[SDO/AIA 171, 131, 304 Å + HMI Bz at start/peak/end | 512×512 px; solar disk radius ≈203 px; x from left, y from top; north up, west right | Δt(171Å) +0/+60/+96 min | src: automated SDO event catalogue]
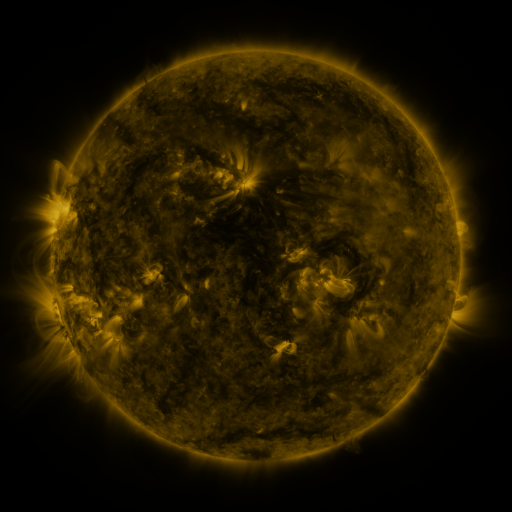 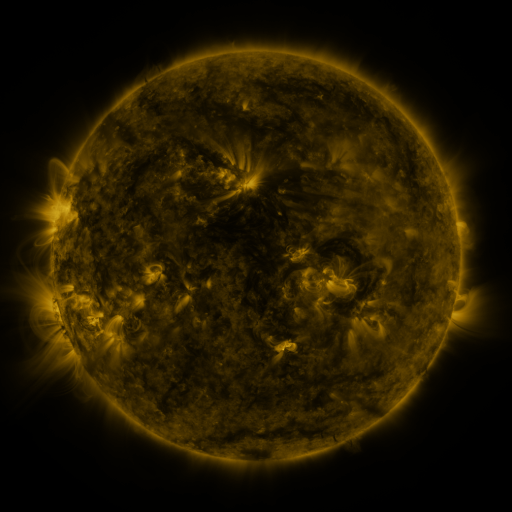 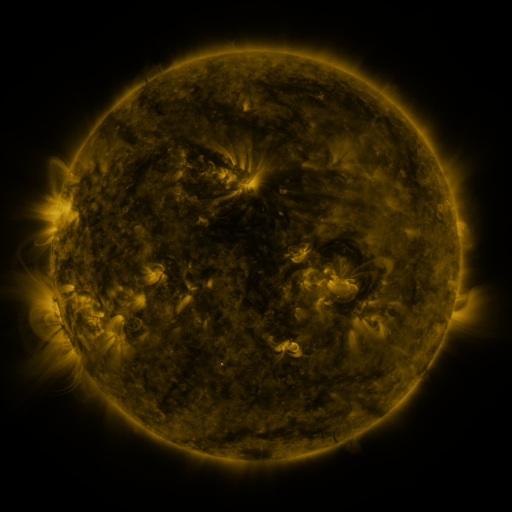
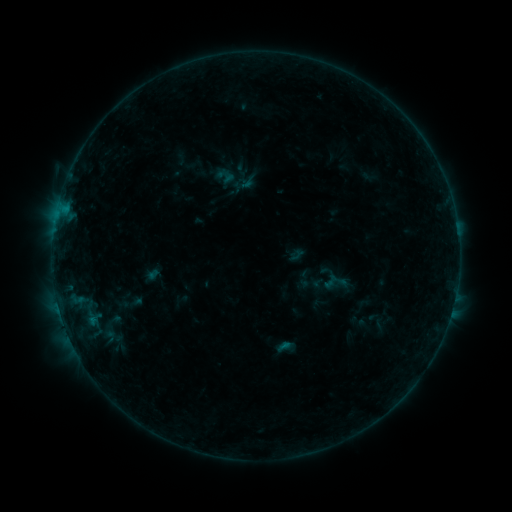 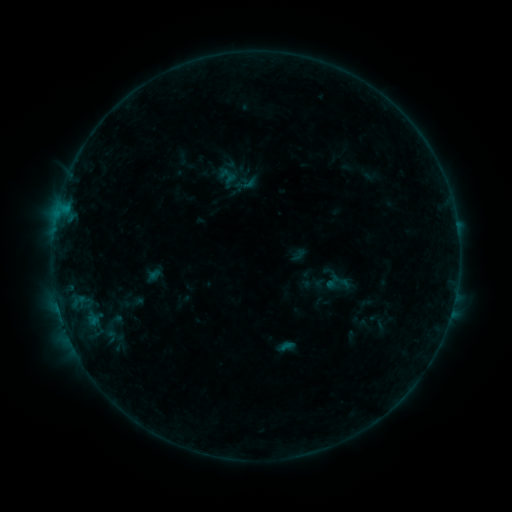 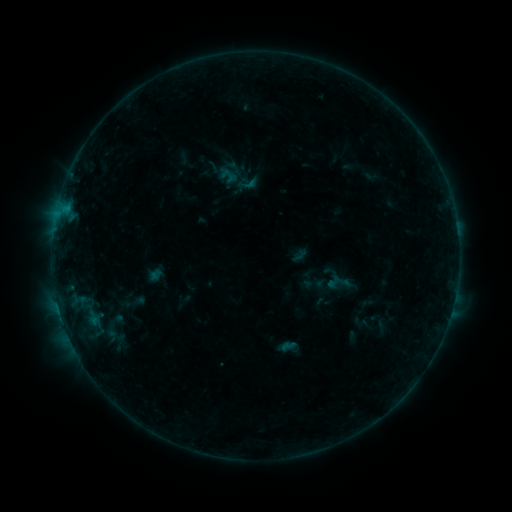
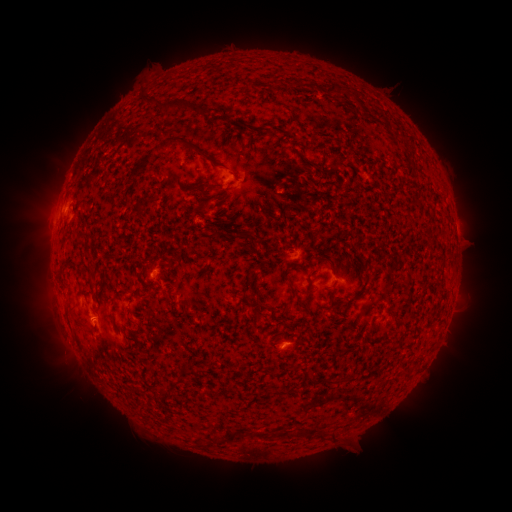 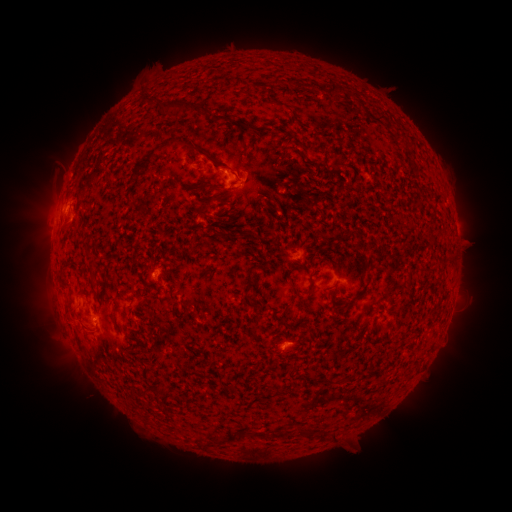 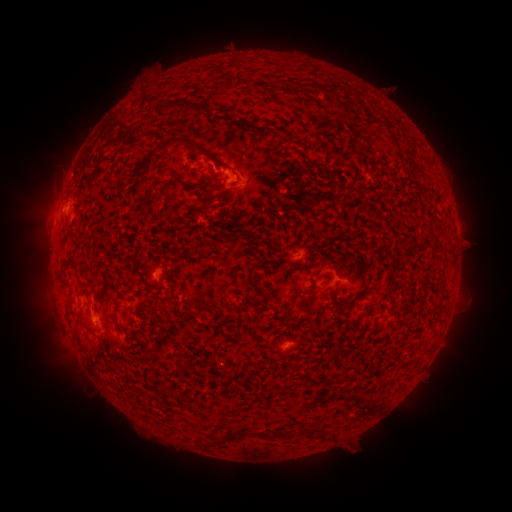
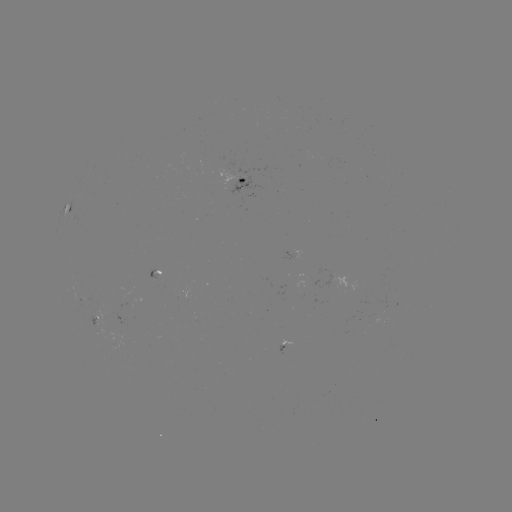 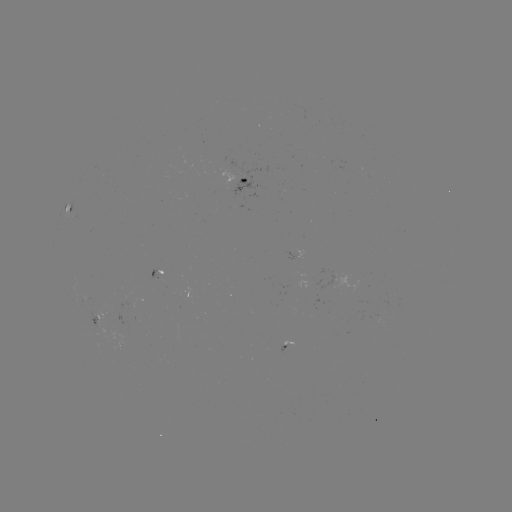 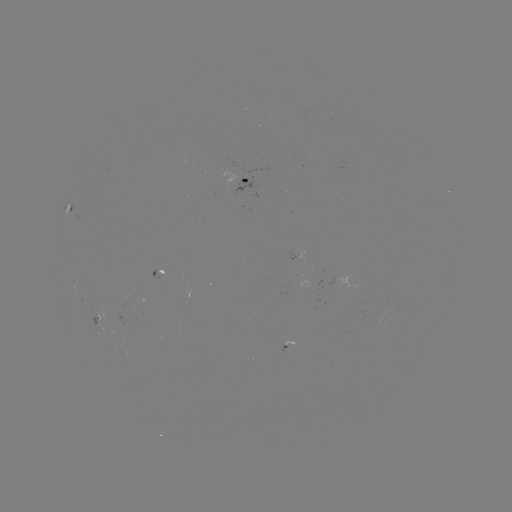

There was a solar emerging-flux region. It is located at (232, 175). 